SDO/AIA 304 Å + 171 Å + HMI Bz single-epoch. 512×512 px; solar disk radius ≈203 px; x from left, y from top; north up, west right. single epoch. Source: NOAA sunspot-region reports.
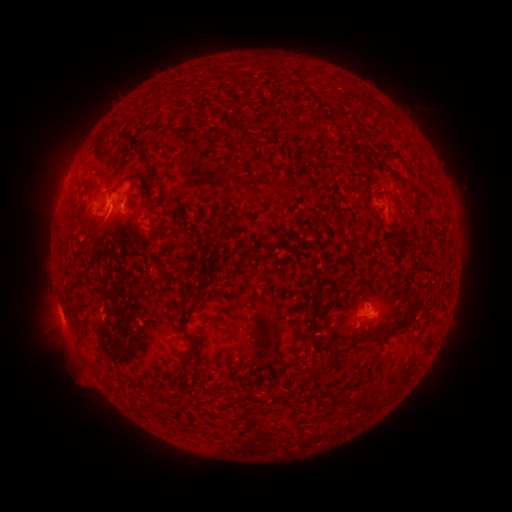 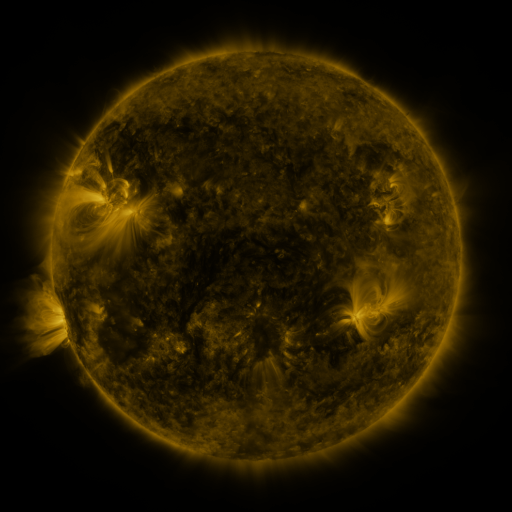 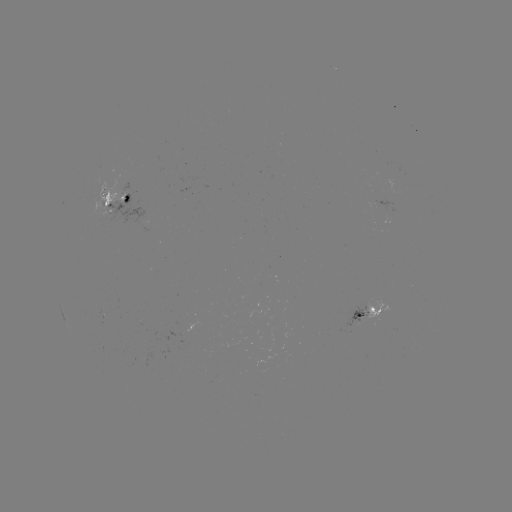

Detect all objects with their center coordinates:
spotted active region: (115, 199)
spotted active region: (368, 315)
